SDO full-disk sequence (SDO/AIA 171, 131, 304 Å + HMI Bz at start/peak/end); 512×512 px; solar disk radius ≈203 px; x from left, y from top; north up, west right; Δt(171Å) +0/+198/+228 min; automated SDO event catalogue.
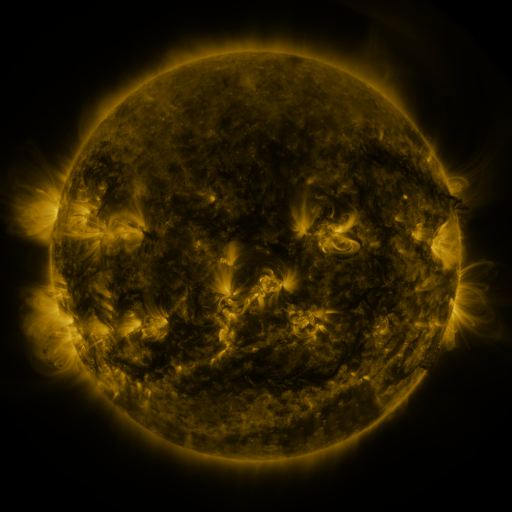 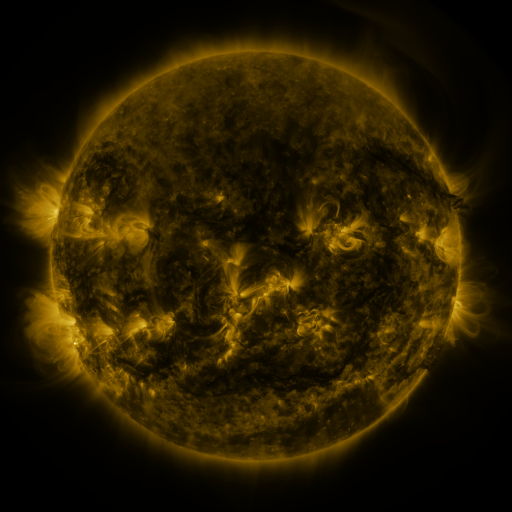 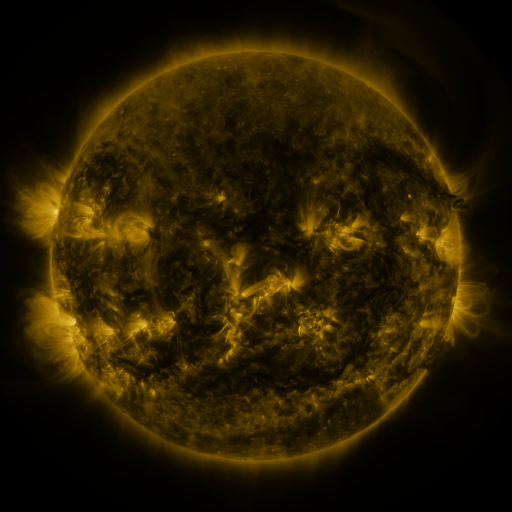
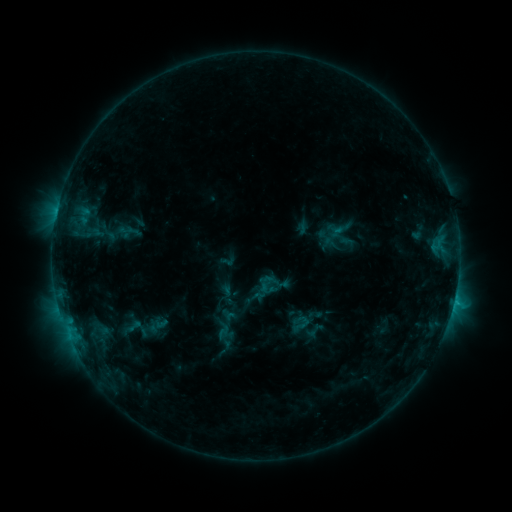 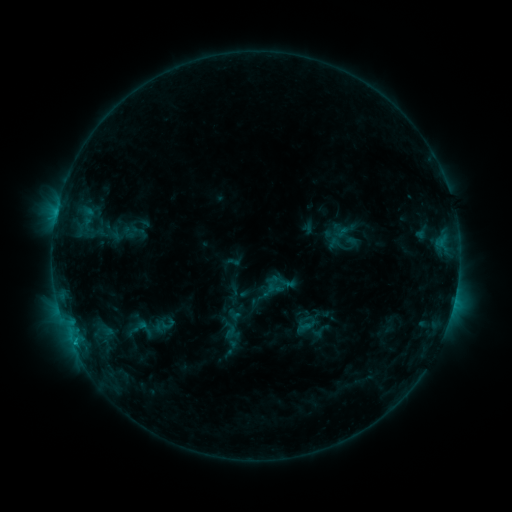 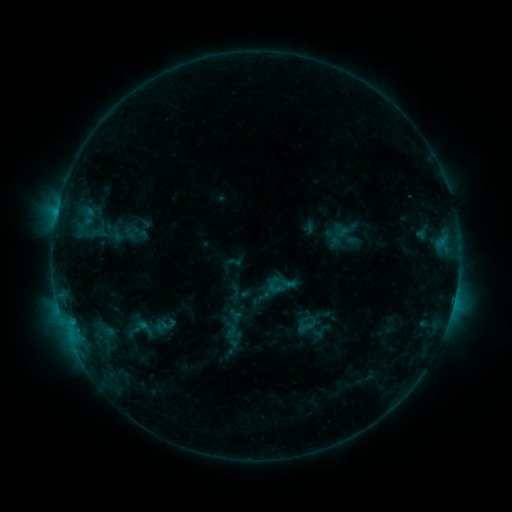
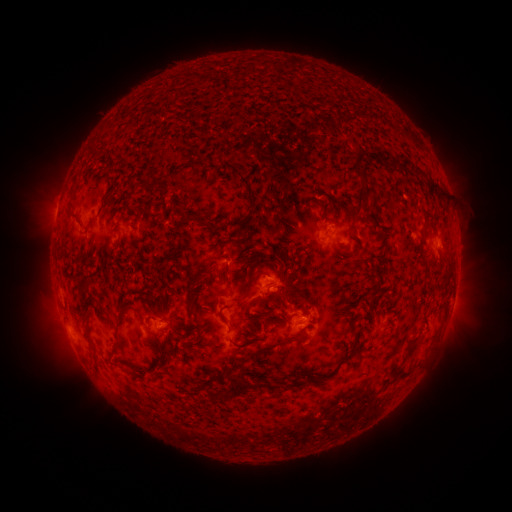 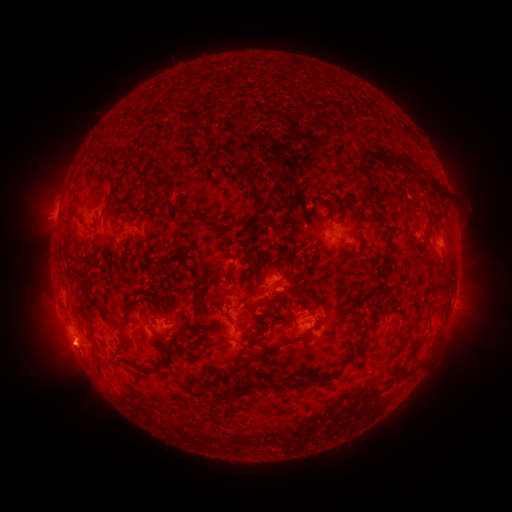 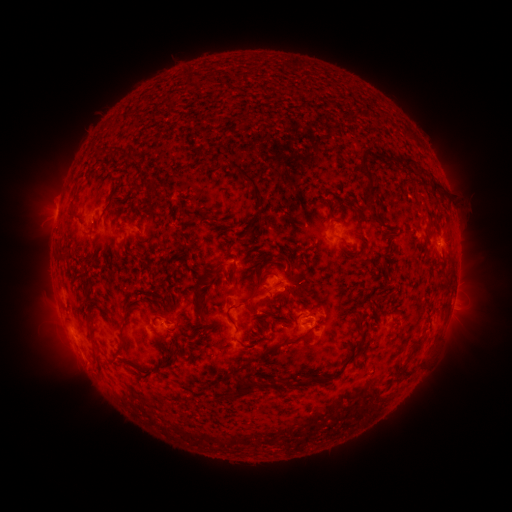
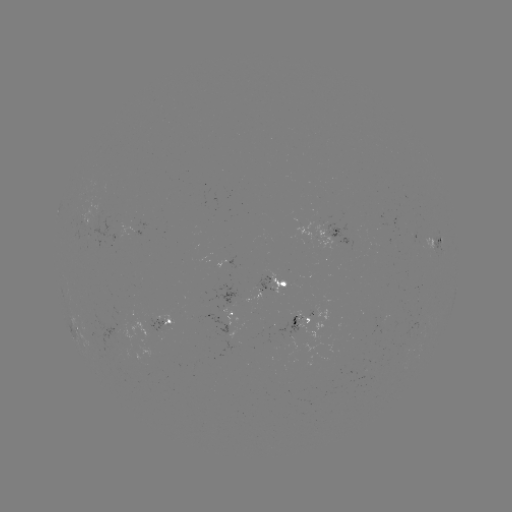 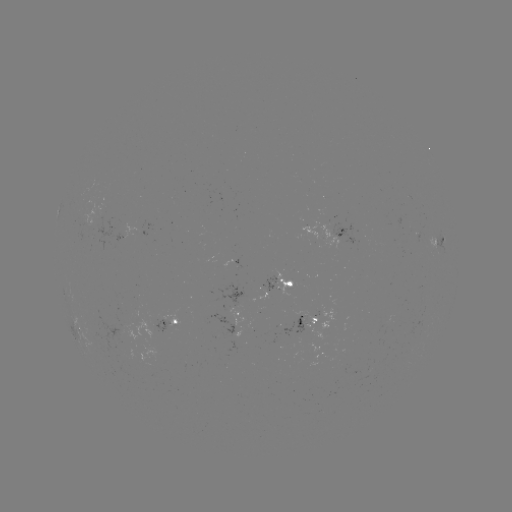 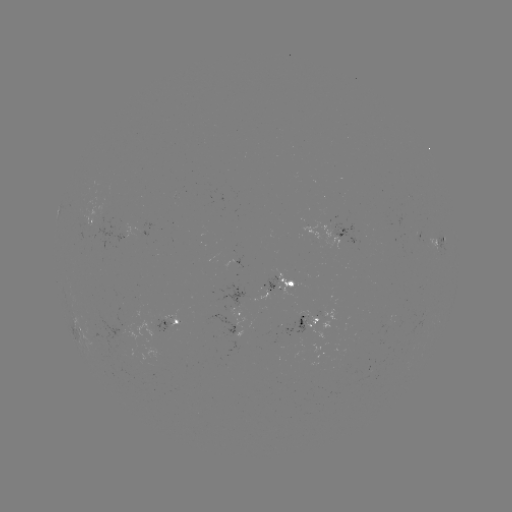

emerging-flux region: <bbox>146, 319, 171, 334</bbox>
